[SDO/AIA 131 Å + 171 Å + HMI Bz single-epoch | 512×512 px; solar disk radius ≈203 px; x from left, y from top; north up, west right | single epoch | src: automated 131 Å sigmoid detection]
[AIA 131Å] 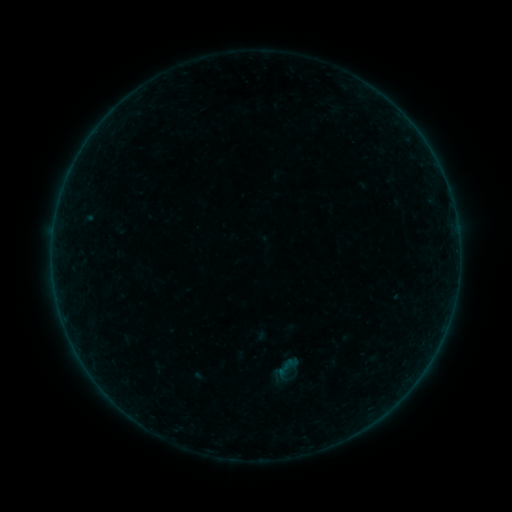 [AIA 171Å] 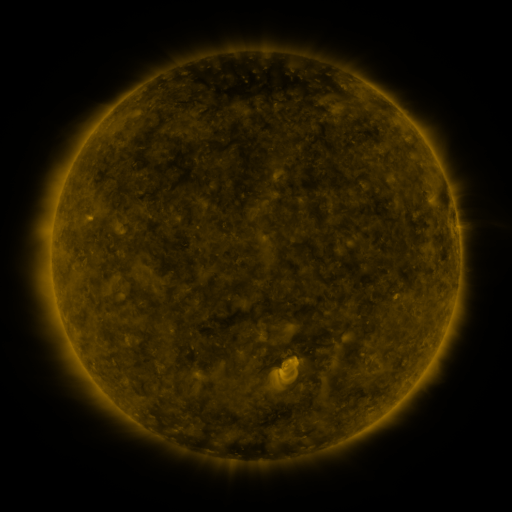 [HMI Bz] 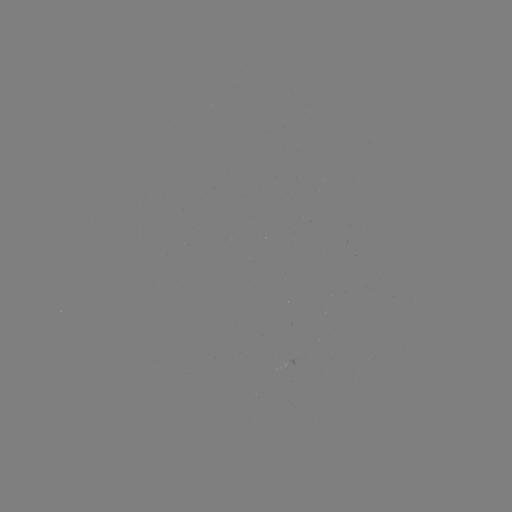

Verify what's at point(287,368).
sigmoid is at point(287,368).